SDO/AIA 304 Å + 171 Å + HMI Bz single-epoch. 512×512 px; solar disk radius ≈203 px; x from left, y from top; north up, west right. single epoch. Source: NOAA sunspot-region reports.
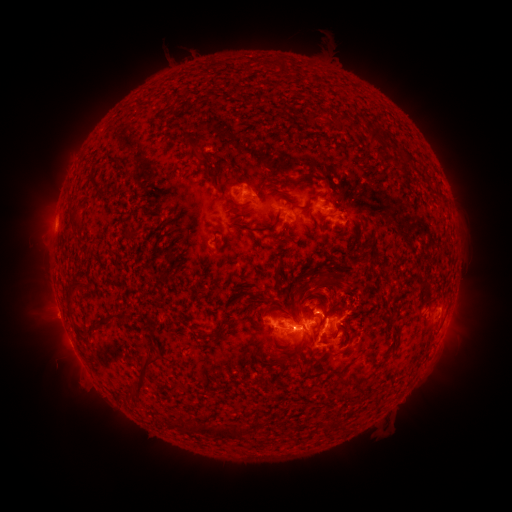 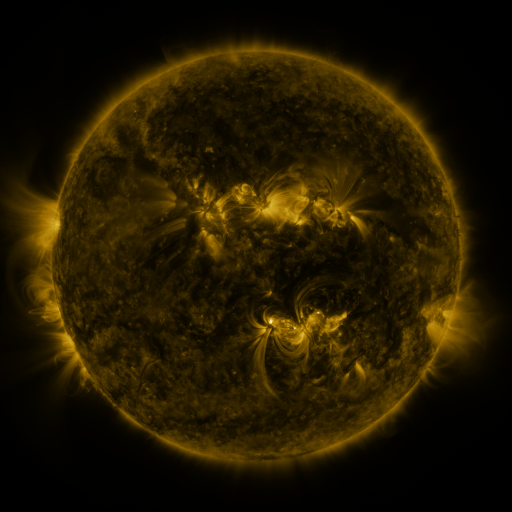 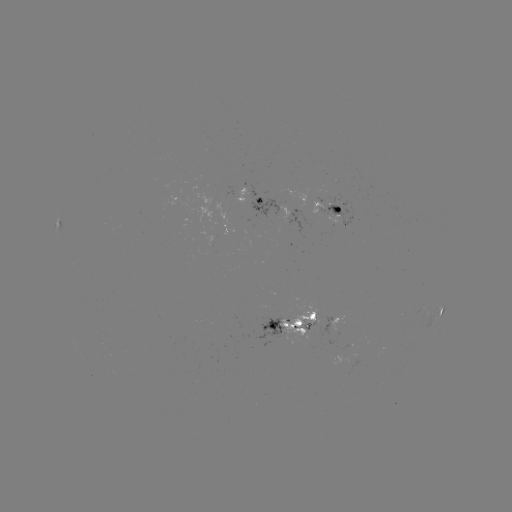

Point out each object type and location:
spotted active region: (256, 200)
spotted active region: (329, 210)
spotted active region: (297, 217)
spotted active region: (441, 312)
spotted active region: (345, 315)
spotted active region: (290, 323)
